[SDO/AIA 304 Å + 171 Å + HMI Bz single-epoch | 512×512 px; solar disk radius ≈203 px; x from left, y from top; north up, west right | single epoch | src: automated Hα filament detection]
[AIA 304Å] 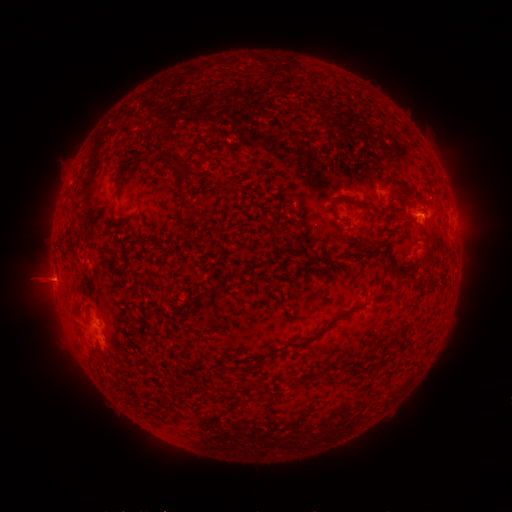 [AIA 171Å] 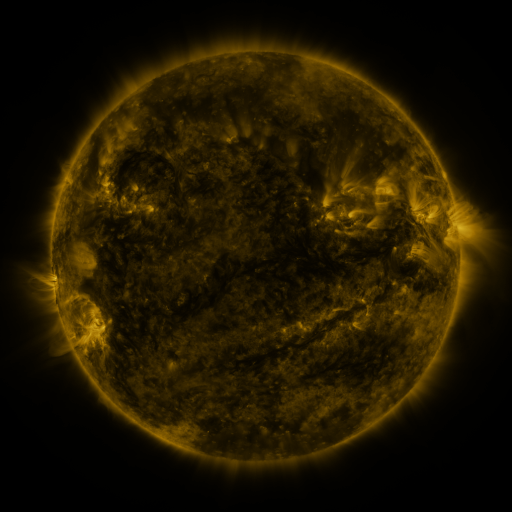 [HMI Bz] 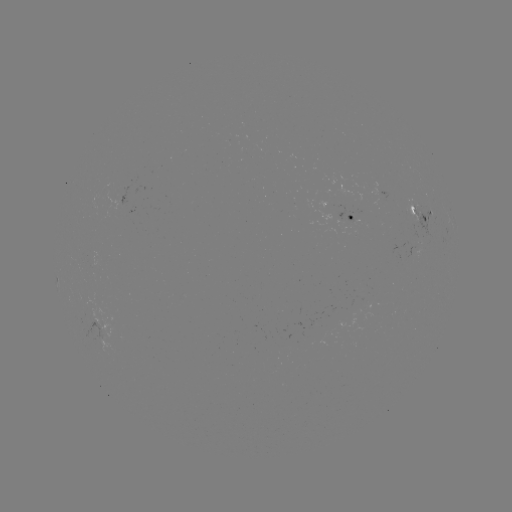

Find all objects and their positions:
filament: (180, 167)
filament: (118, 186)
filament: (344, 198)
filament: (195, 211)
filament: (398, 218)
filament: (391, 270)
filament: (414, 278)
filament: (432, 280)
filament: (383, 286)
filament: (209, 291)
filament: (328, 327)
filament: (135, 334)
filament: (255, 365)
